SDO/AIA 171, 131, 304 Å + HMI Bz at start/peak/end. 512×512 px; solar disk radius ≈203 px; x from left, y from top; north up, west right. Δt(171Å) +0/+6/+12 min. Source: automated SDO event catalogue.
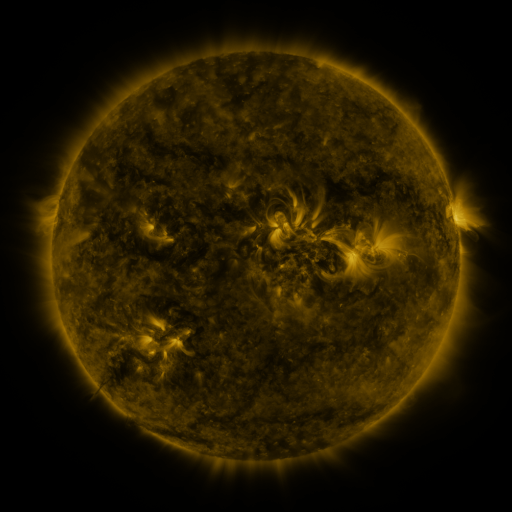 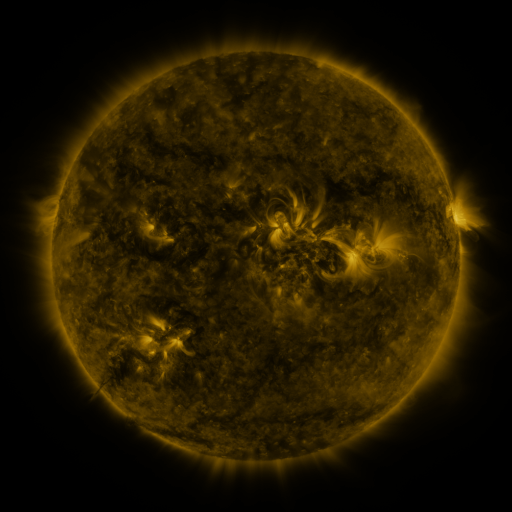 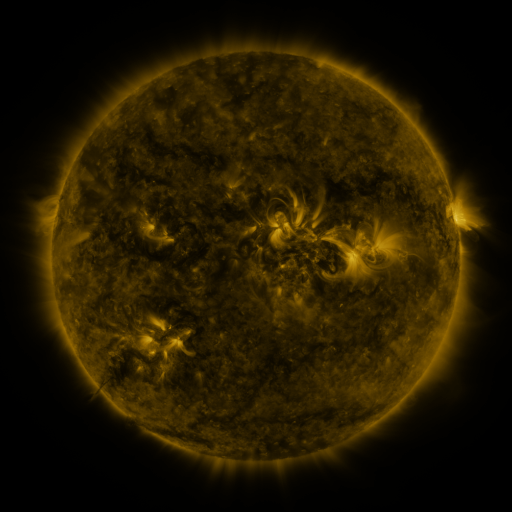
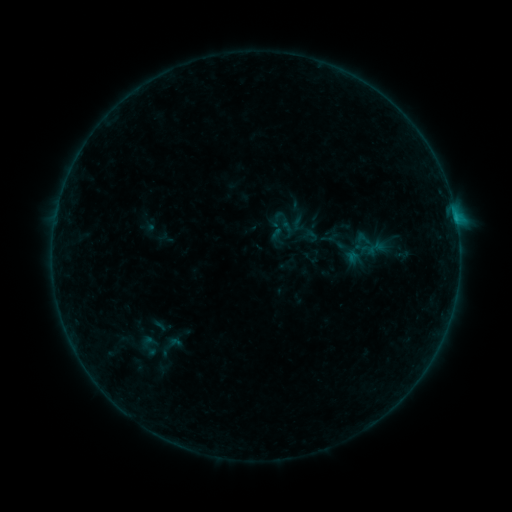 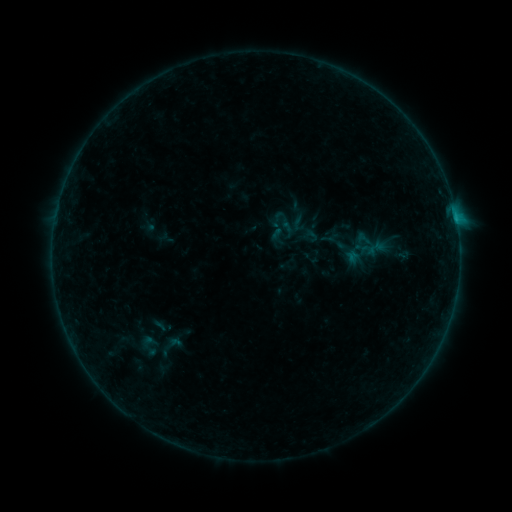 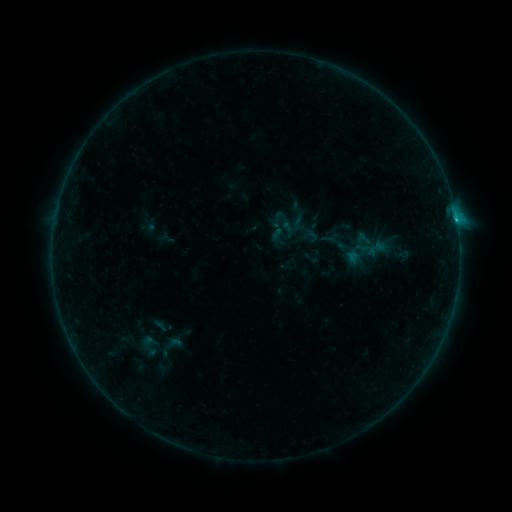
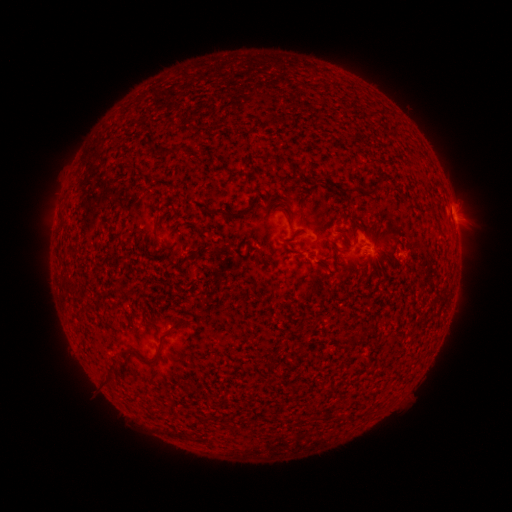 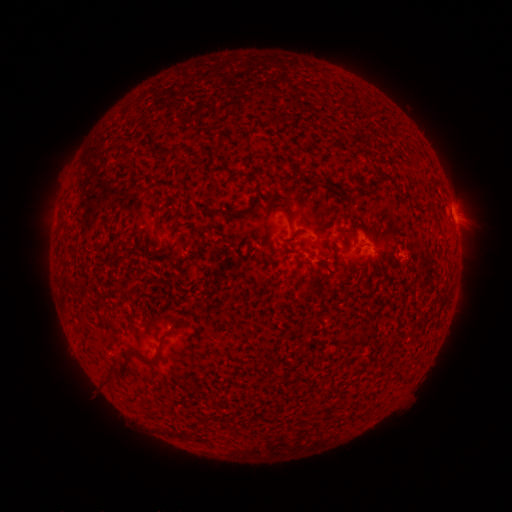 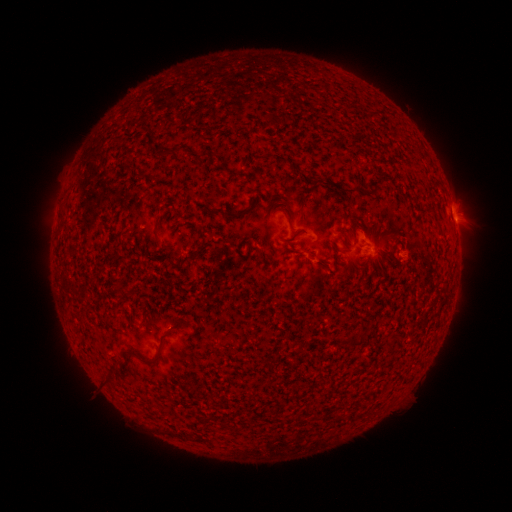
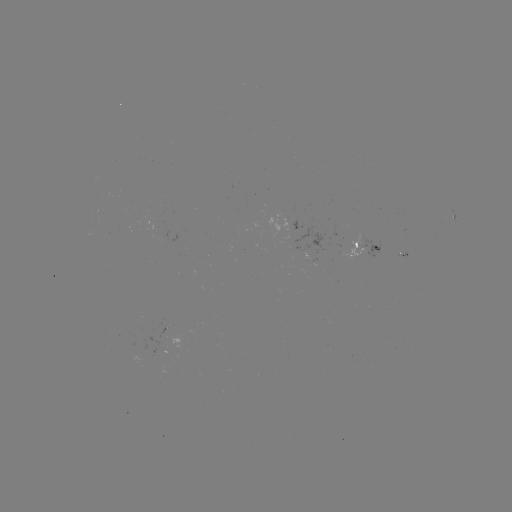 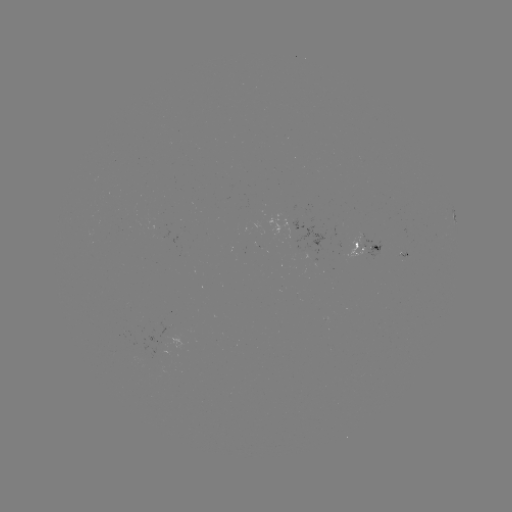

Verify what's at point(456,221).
B4.7 flare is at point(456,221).